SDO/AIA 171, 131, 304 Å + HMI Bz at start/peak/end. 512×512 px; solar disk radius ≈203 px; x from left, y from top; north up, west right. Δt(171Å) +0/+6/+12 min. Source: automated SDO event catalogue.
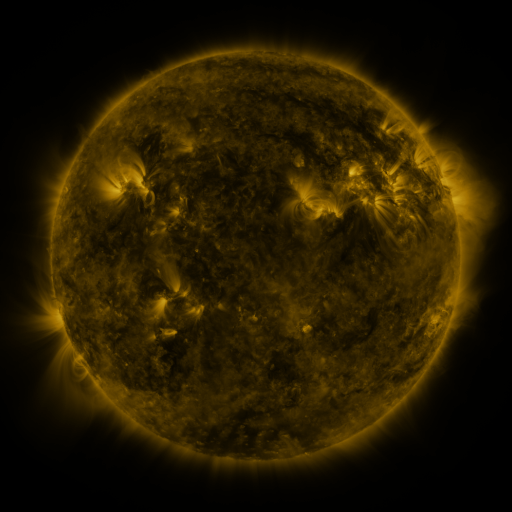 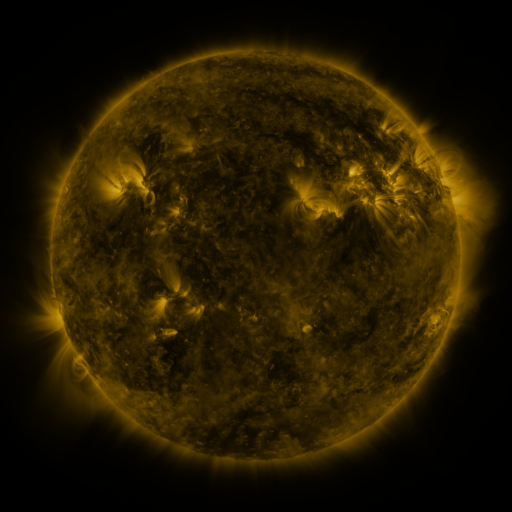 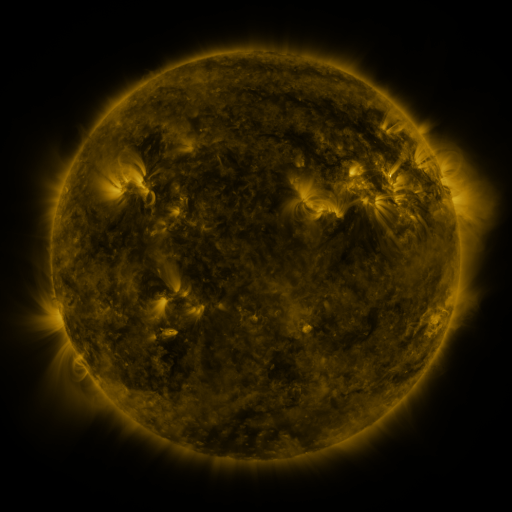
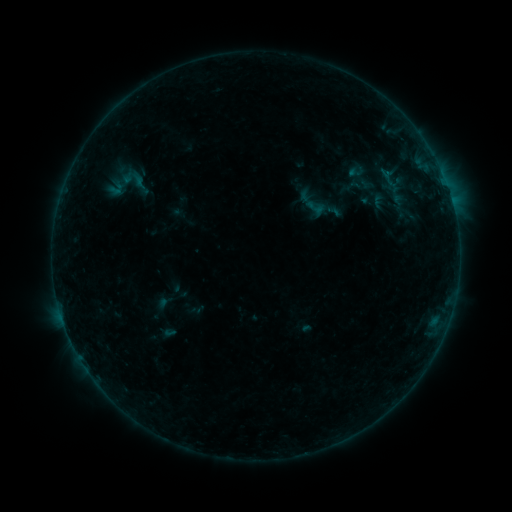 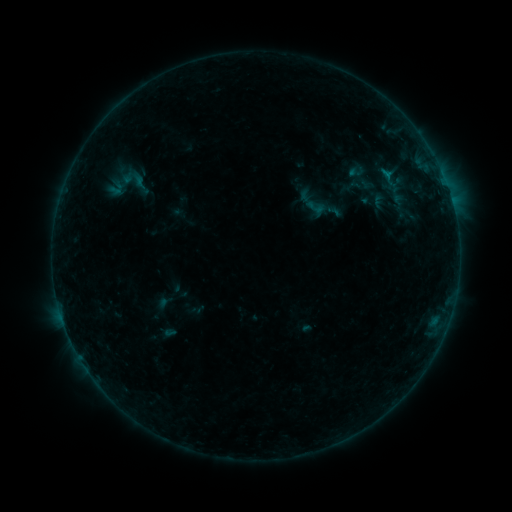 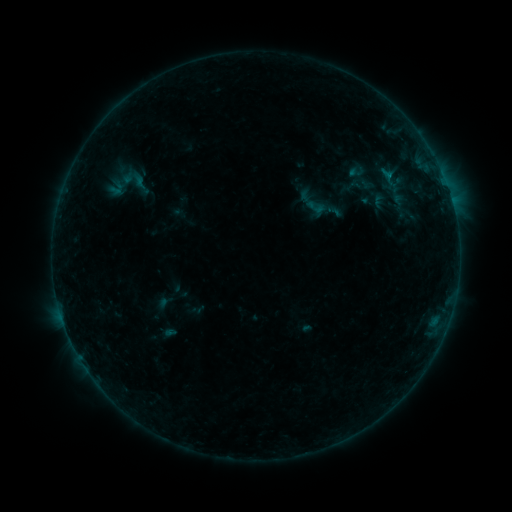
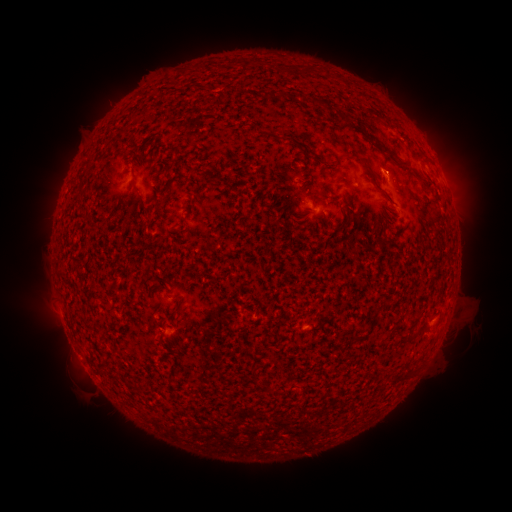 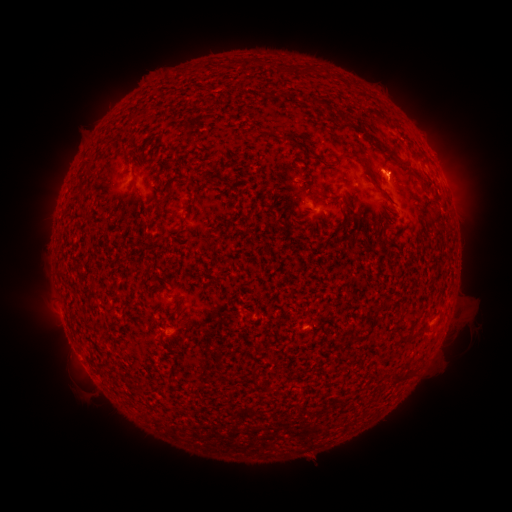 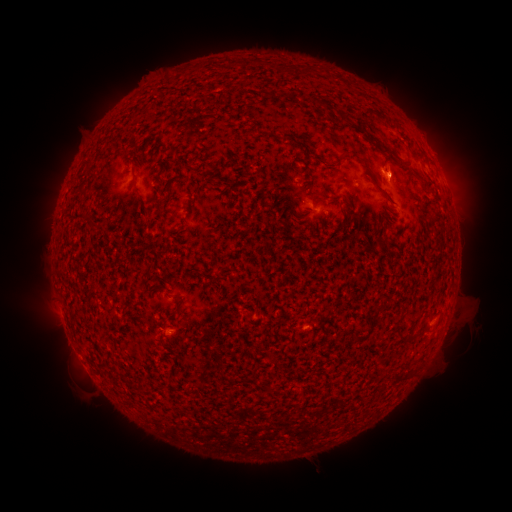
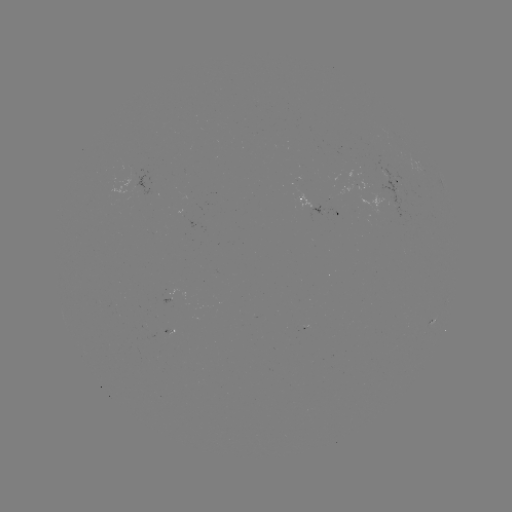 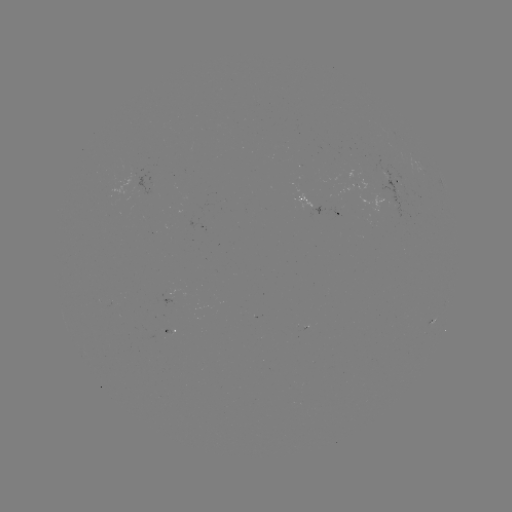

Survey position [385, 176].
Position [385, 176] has B2.2 flare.